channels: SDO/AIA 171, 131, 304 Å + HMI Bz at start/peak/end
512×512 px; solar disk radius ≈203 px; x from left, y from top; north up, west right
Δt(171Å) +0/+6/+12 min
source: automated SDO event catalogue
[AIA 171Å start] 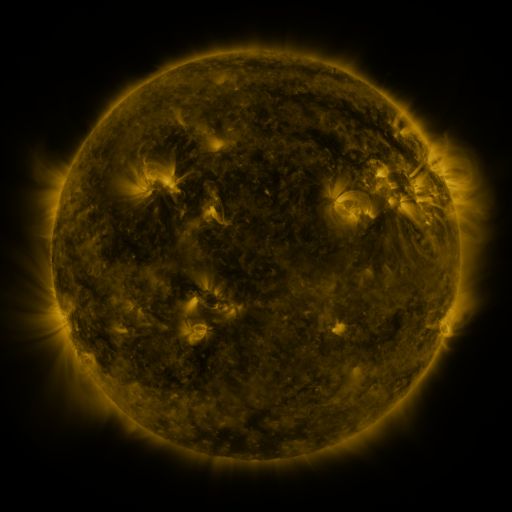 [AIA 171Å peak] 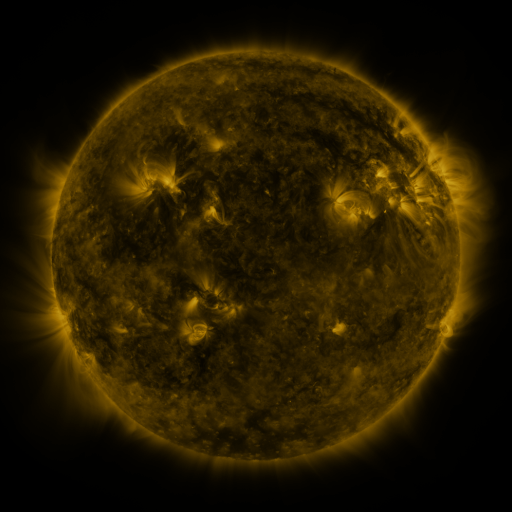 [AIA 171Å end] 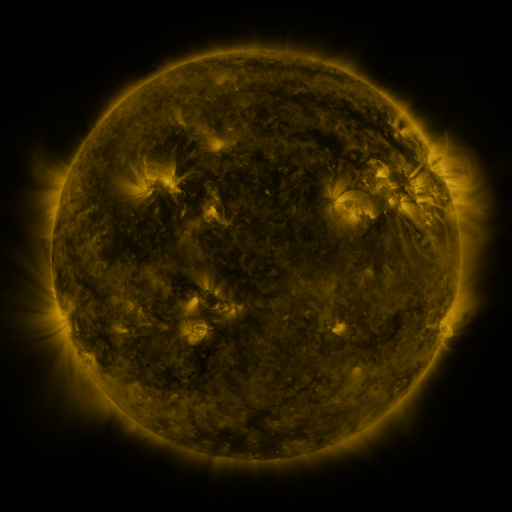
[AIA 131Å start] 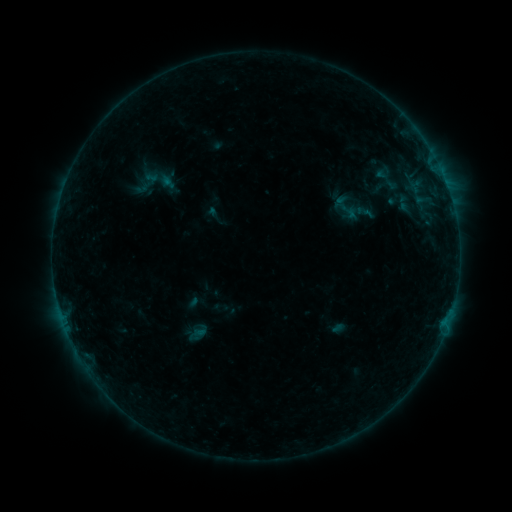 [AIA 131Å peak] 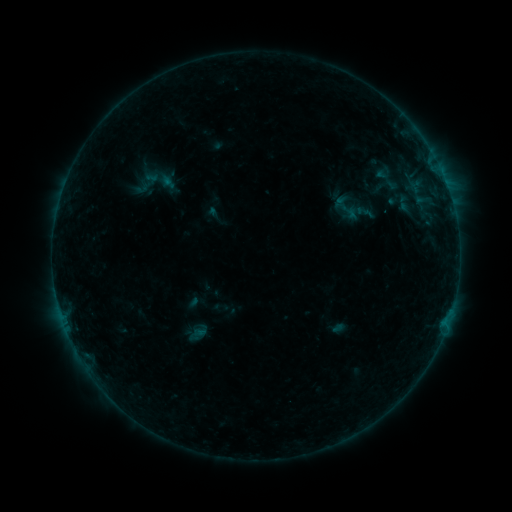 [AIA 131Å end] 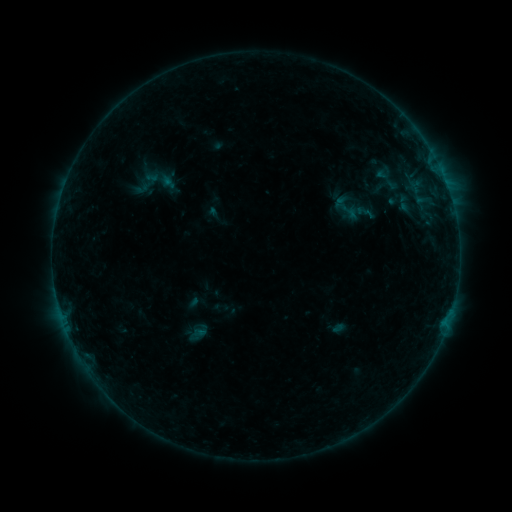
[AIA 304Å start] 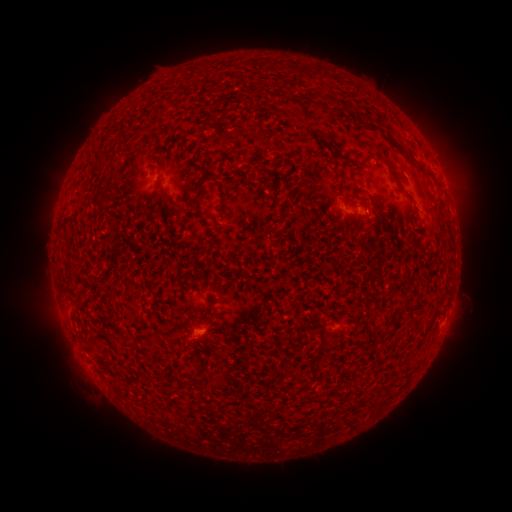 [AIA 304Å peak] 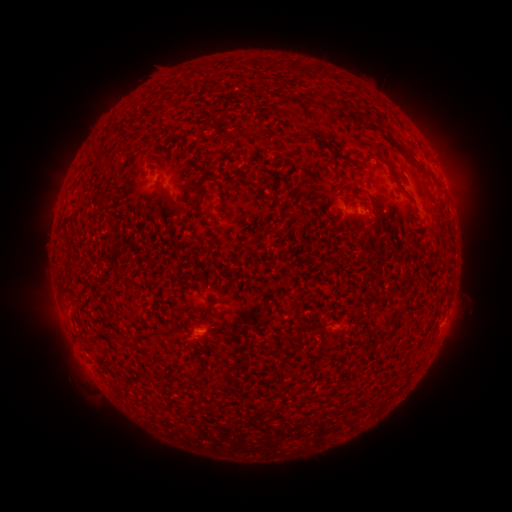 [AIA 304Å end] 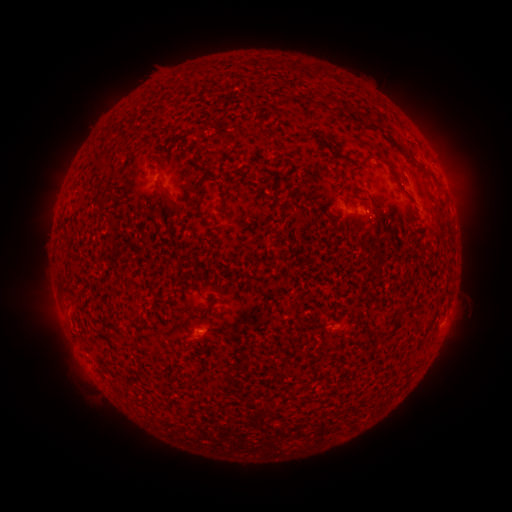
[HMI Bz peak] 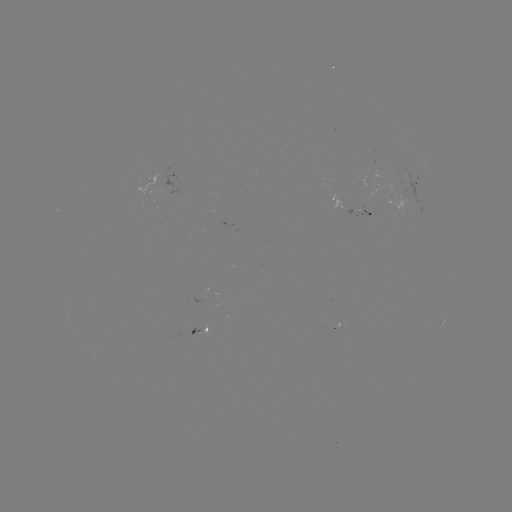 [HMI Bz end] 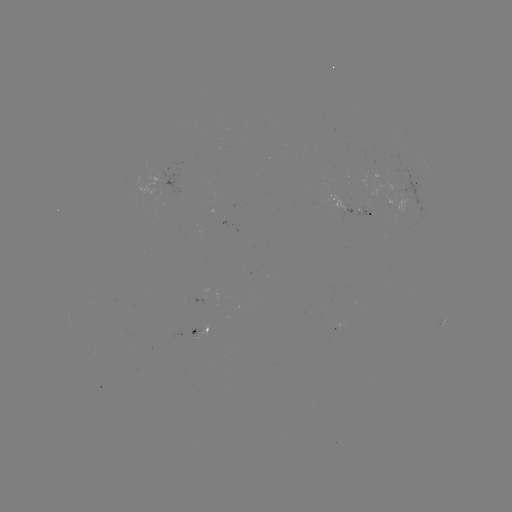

no flare in any classed list; no EUV-trigger detection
